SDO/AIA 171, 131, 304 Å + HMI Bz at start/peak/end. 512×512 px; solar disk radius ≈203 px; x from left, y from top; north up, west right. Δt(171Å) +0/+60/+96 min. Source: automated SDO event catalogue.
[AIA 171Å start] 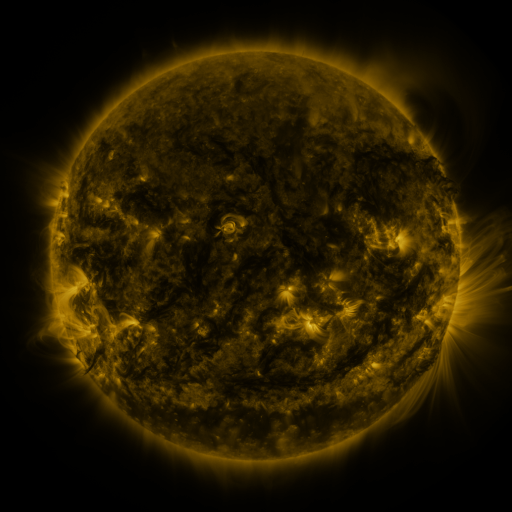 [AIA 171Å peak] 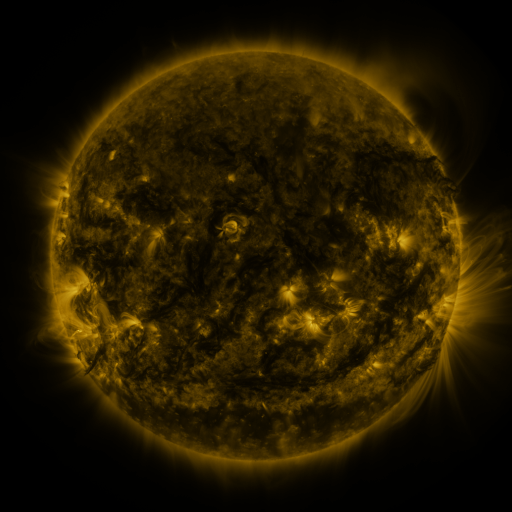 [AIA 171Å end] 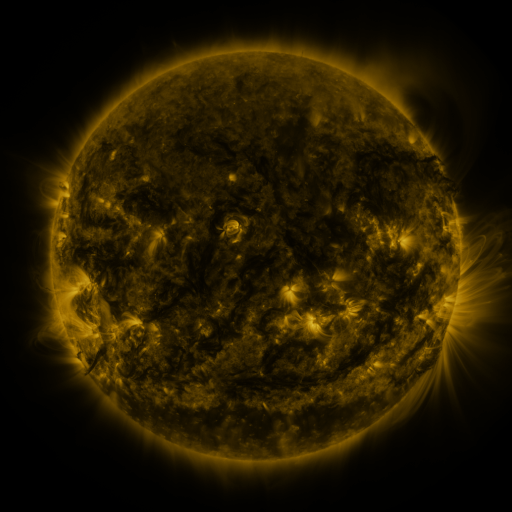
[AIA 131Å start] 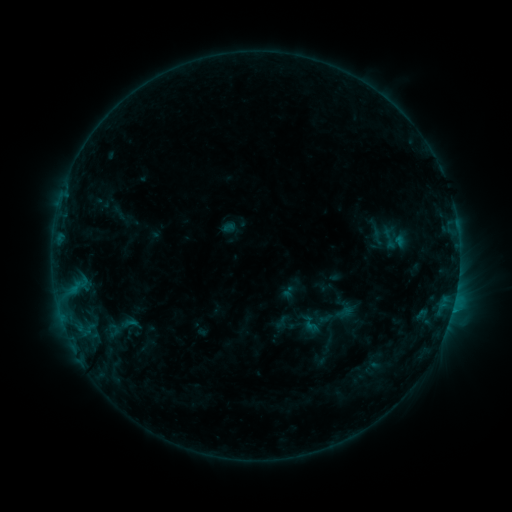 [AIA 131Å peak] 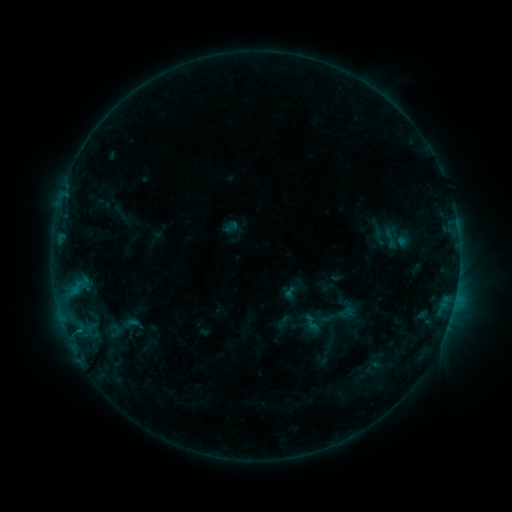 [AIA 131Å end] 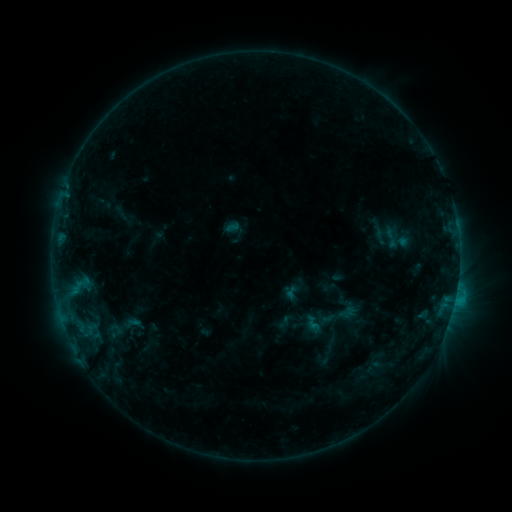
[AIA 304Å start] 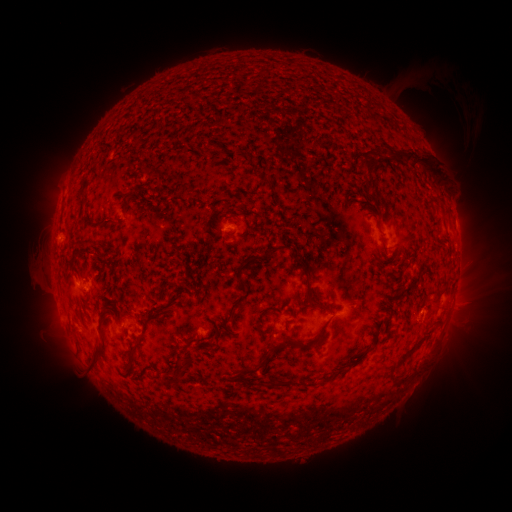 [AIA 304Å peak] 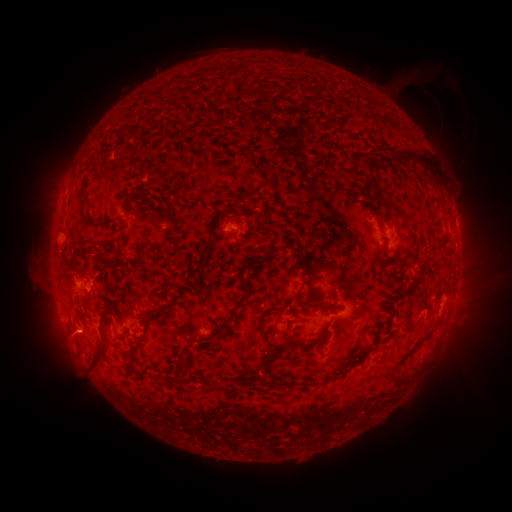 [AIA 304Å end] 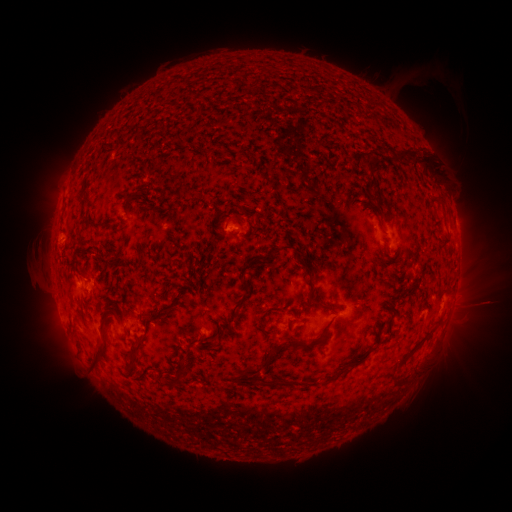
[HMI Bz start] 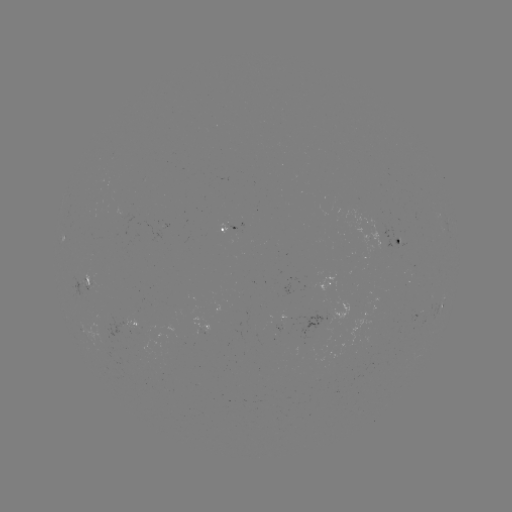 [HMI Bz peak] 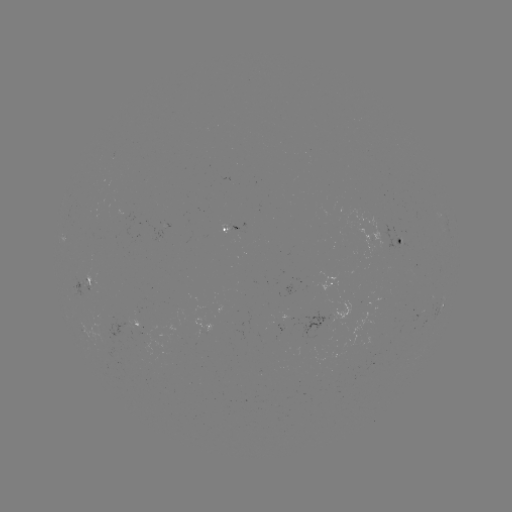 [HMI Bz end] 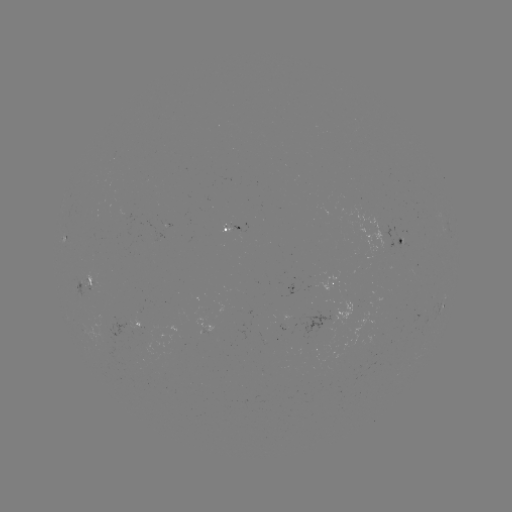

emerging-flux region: <bbox>138, 326, 156, 335</bbox>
